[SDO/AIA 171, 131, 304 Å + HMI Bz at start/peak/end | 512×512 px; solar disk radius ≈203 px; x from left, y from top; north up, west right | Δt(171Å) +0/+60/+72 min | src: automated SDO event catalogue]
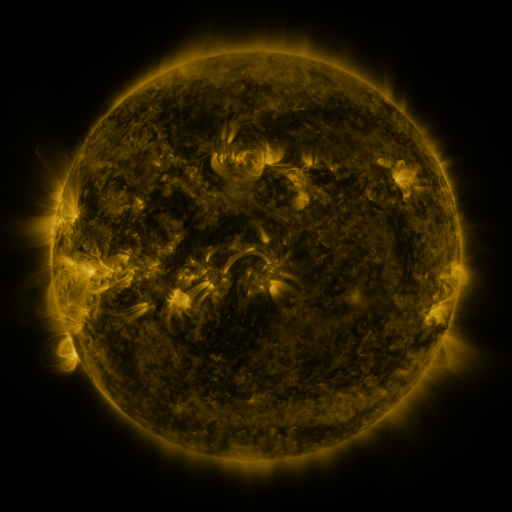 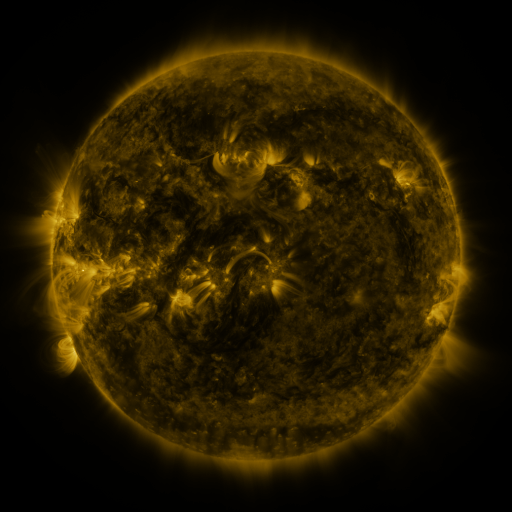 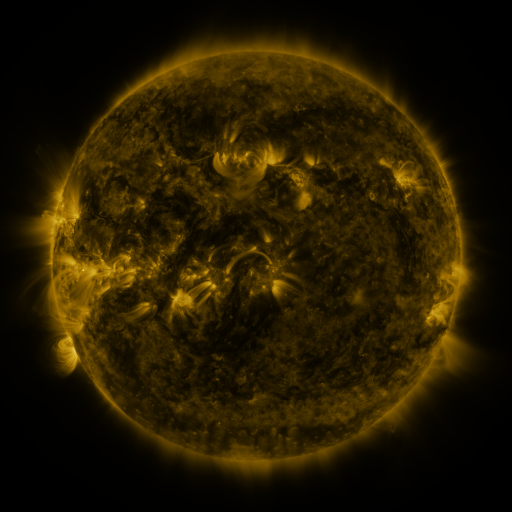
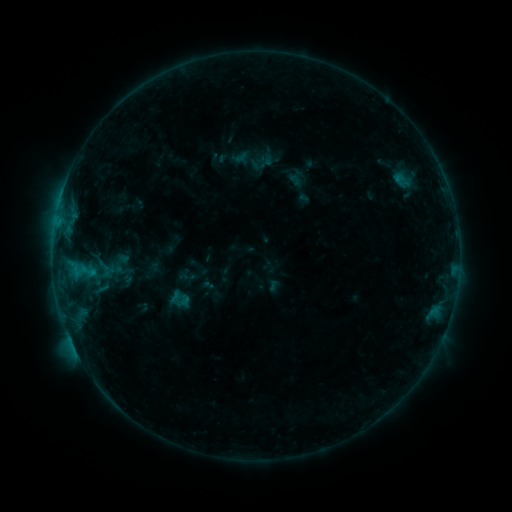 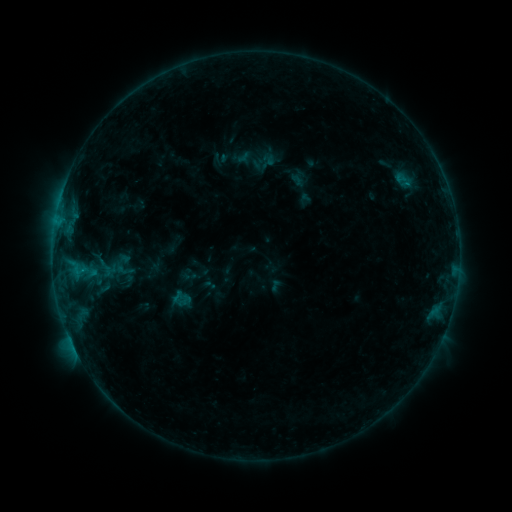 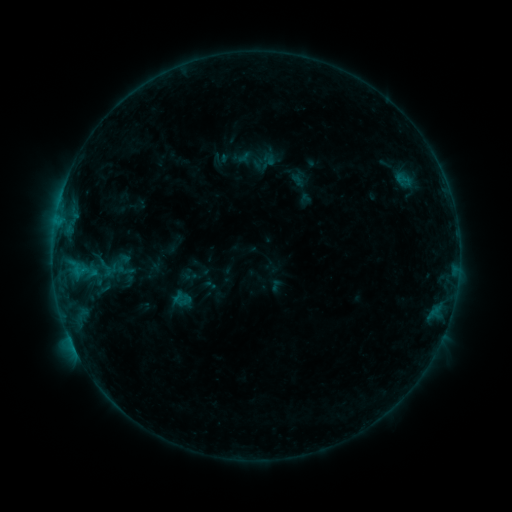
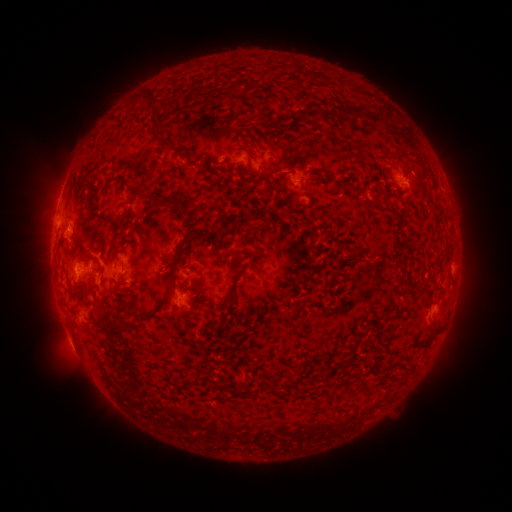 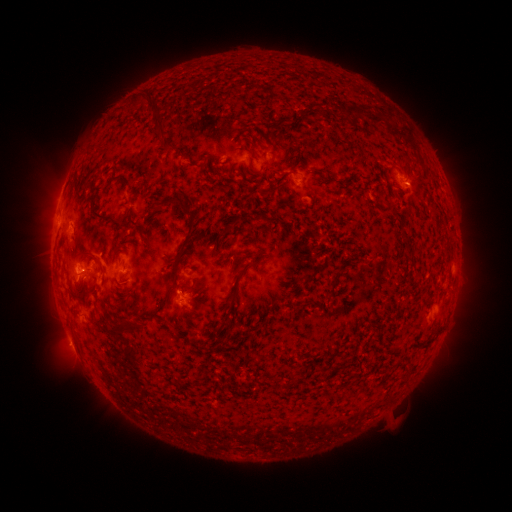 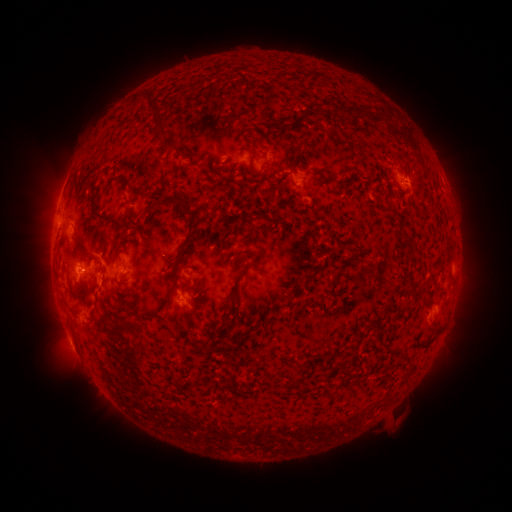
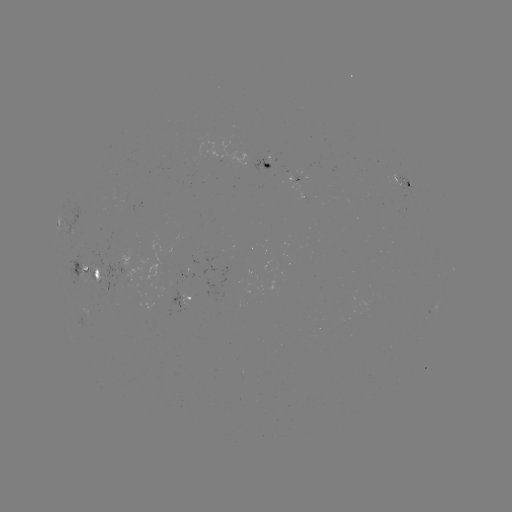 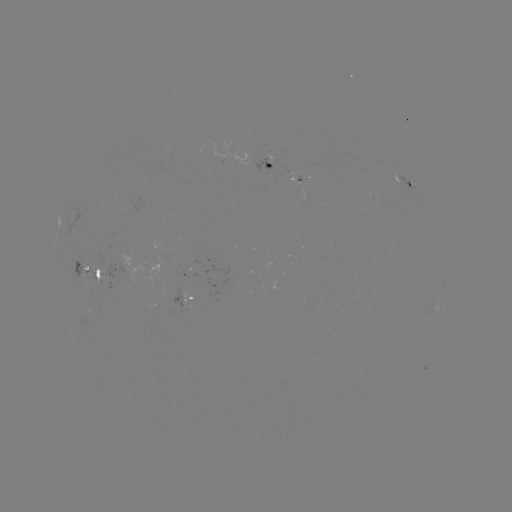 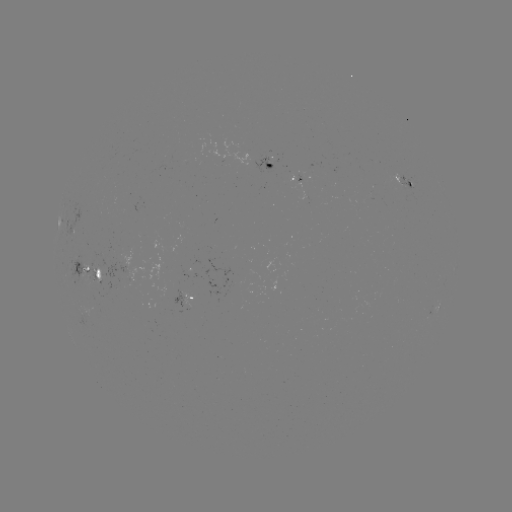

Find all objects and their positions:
emerging-flux region: (298, 181)
